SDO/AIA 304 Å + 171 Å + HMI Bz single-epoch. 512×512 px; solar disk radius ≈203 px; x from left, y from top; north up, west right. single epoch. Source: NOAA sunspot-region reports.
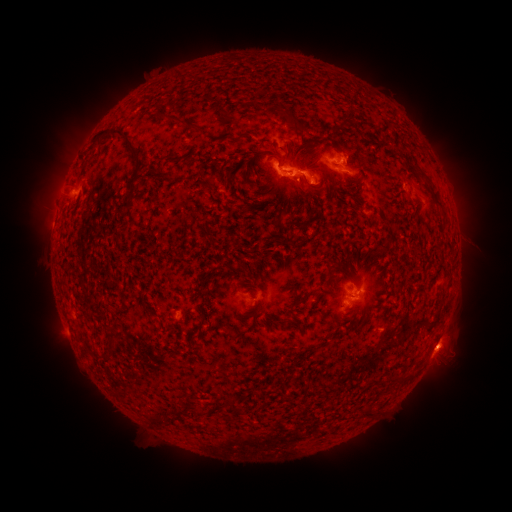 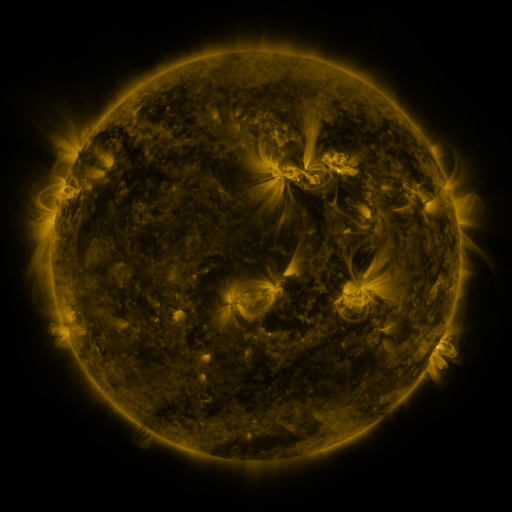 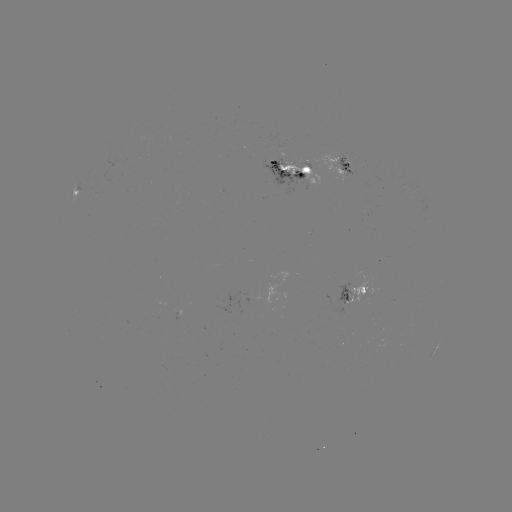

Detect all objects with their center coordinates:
spotted active region: (346, 165)
spotted active region: (299, 169)
spotted active region: (75, 184)
spotted active region: (359, 294)
spotted active region: (435, 349)
